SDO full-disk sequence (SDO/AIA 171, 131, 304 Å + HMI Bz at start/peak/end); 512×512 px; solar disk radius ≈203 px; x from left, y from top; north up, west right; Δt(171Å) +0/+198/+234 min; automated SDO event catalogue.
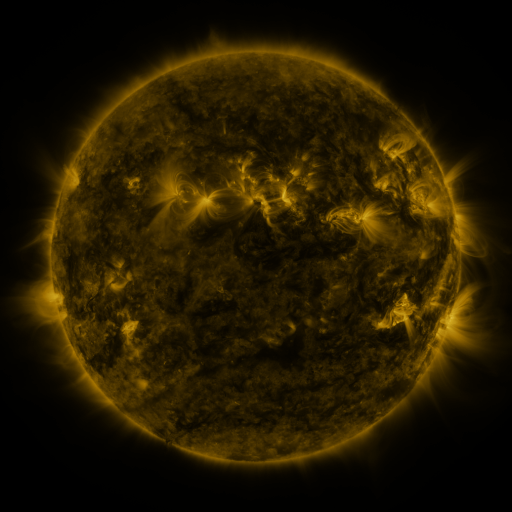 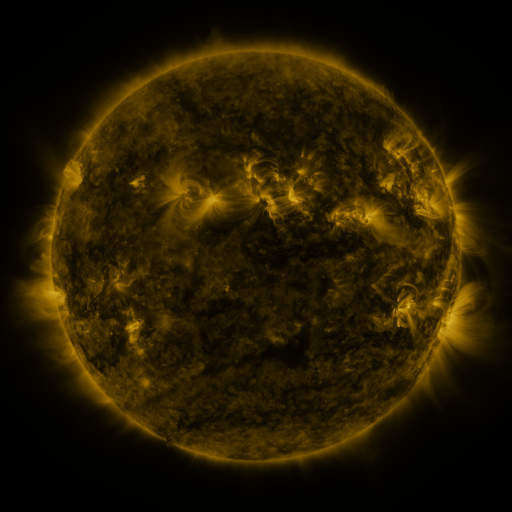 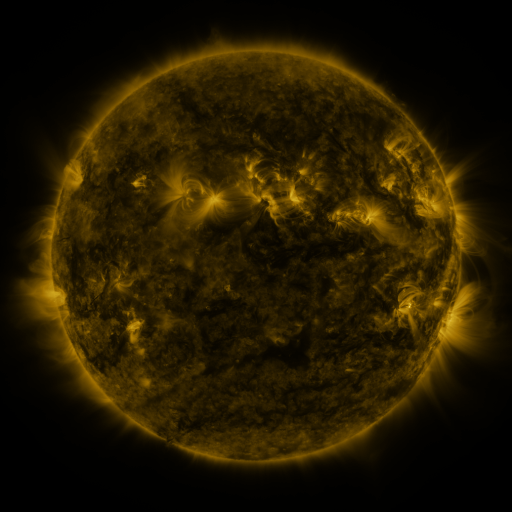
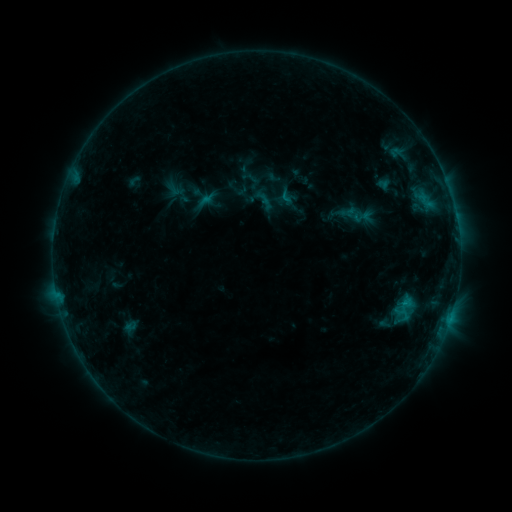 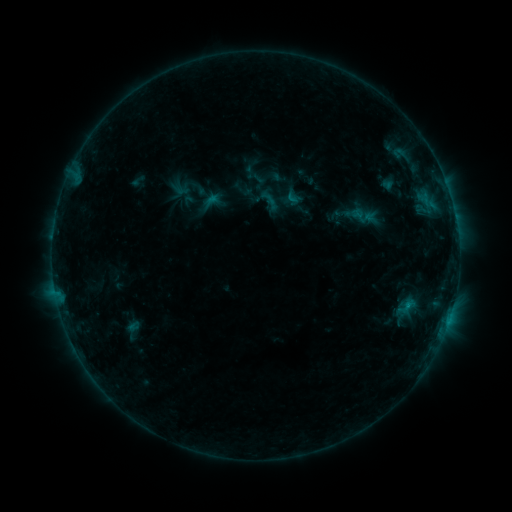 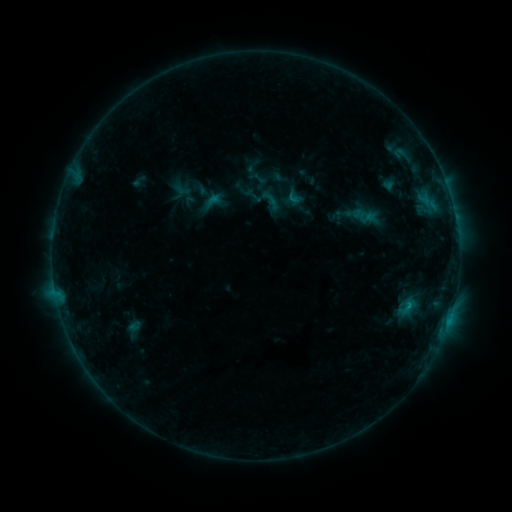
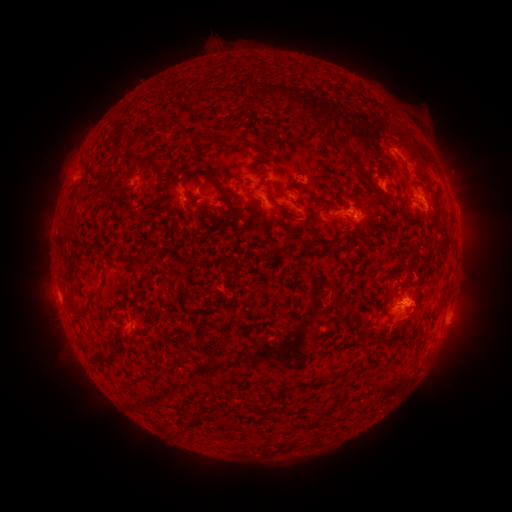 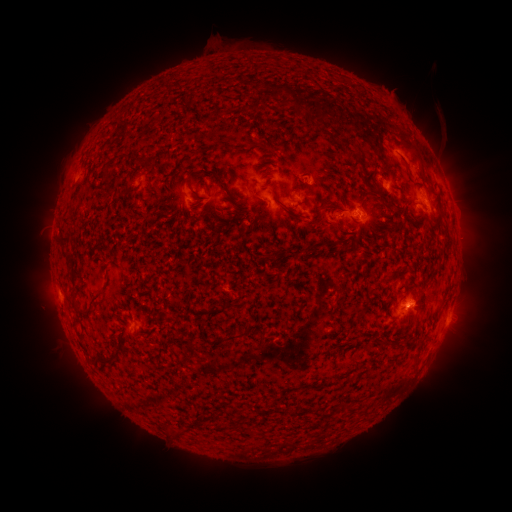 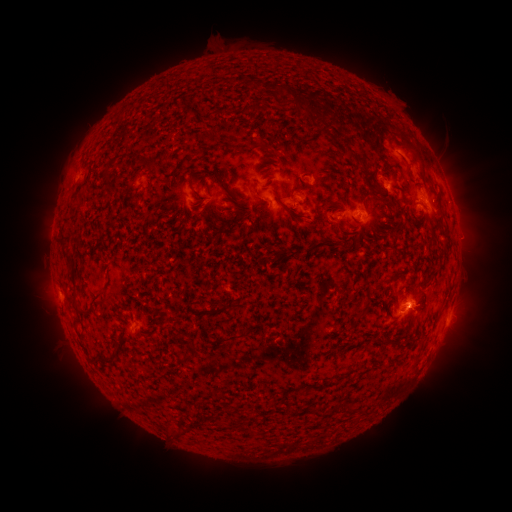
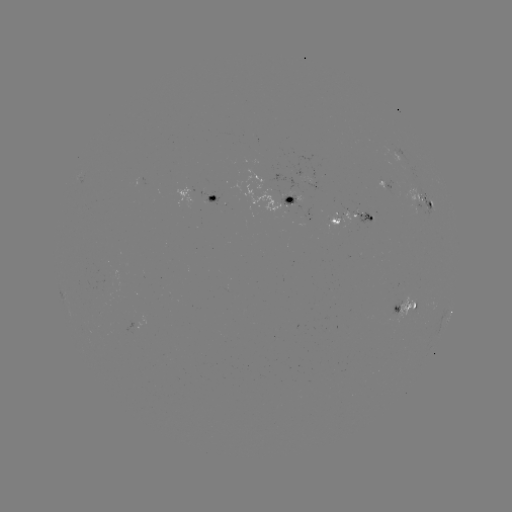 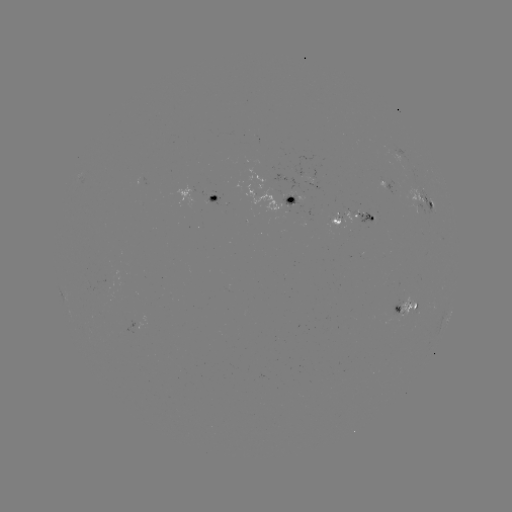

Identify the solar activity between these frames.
emerging-flux region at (361, 214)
